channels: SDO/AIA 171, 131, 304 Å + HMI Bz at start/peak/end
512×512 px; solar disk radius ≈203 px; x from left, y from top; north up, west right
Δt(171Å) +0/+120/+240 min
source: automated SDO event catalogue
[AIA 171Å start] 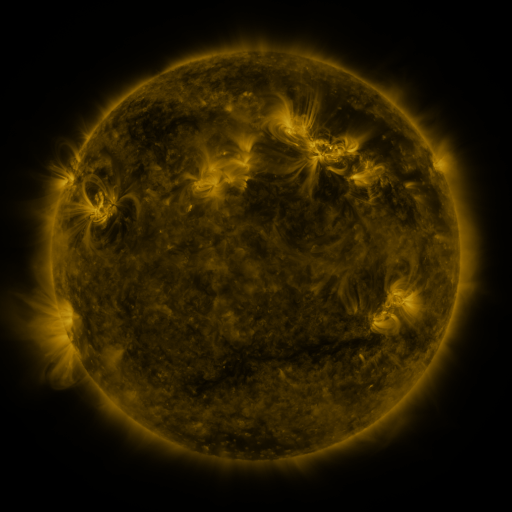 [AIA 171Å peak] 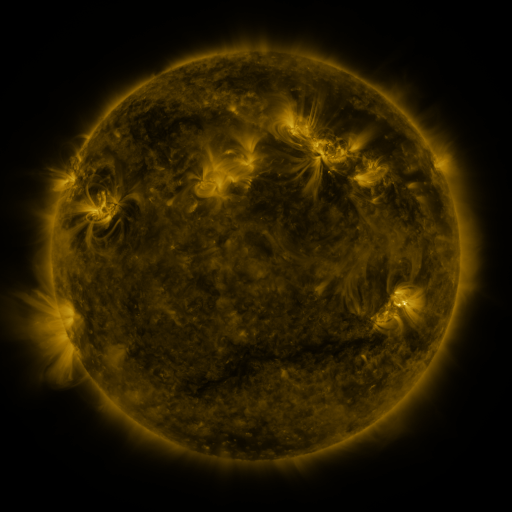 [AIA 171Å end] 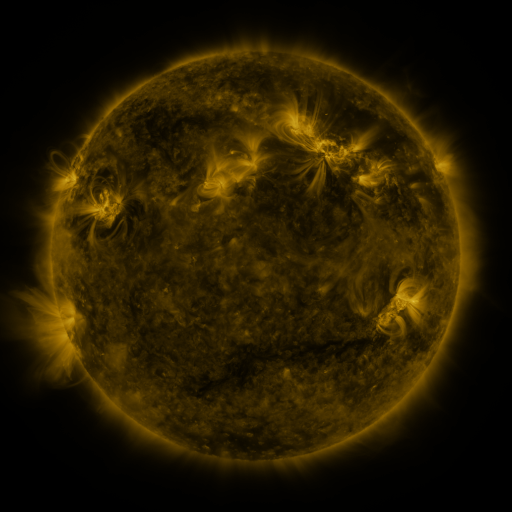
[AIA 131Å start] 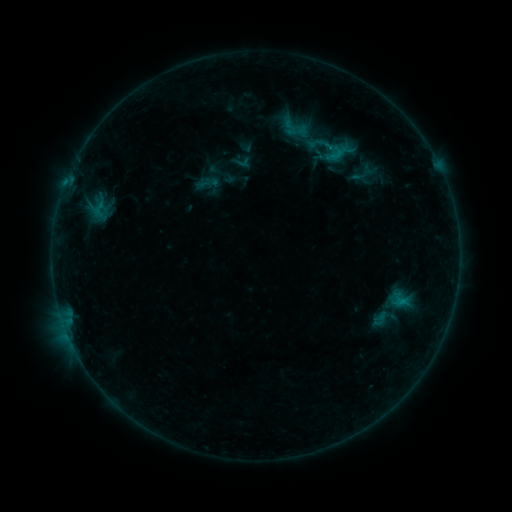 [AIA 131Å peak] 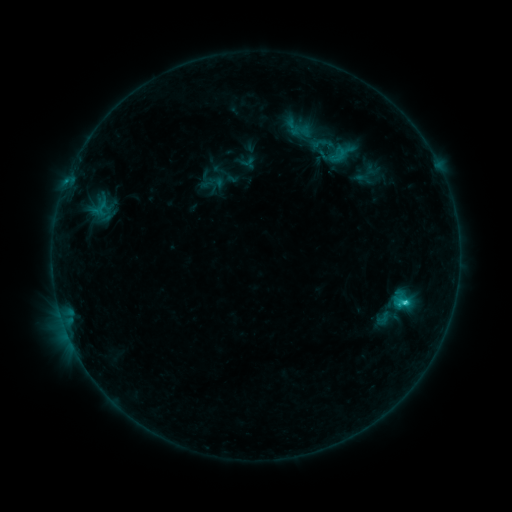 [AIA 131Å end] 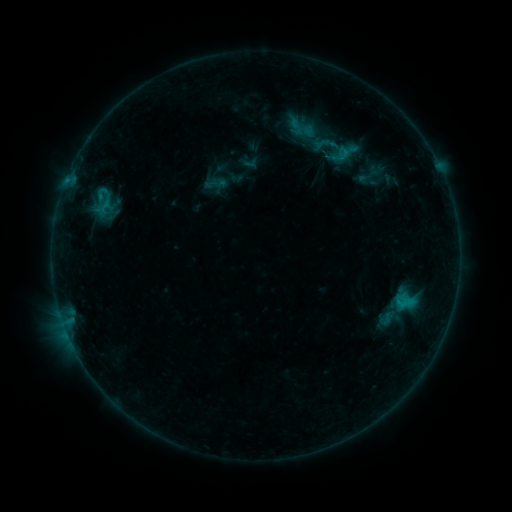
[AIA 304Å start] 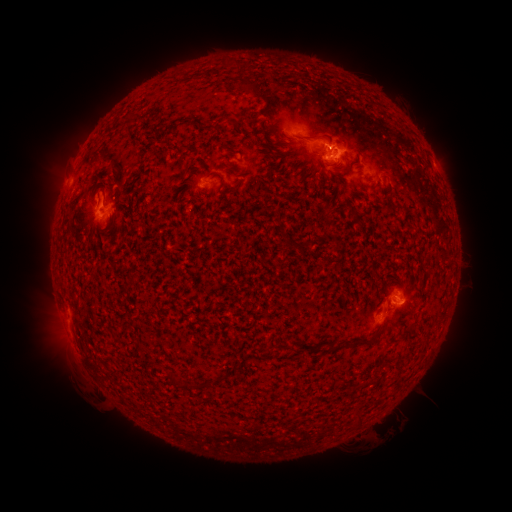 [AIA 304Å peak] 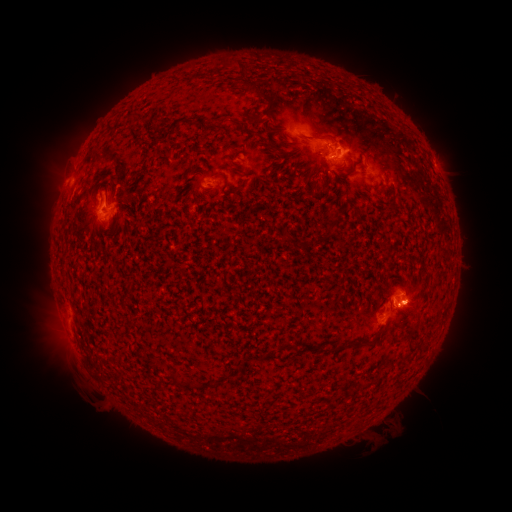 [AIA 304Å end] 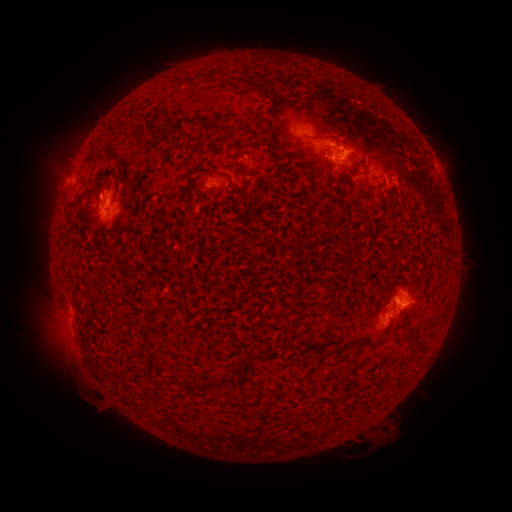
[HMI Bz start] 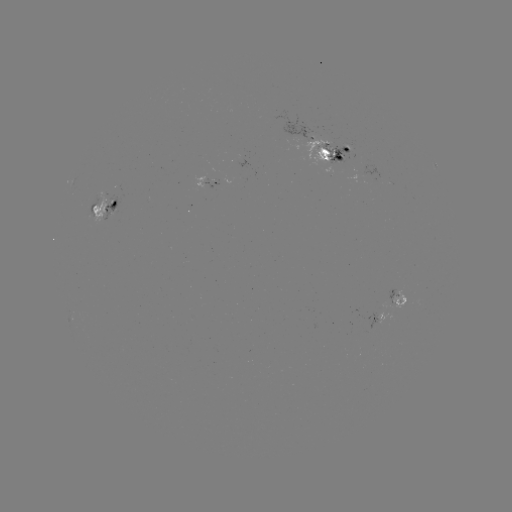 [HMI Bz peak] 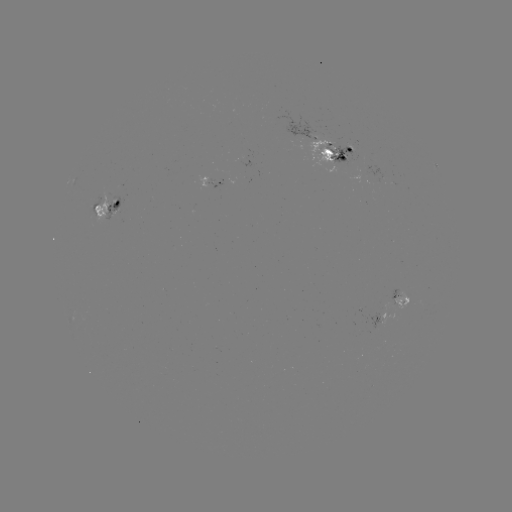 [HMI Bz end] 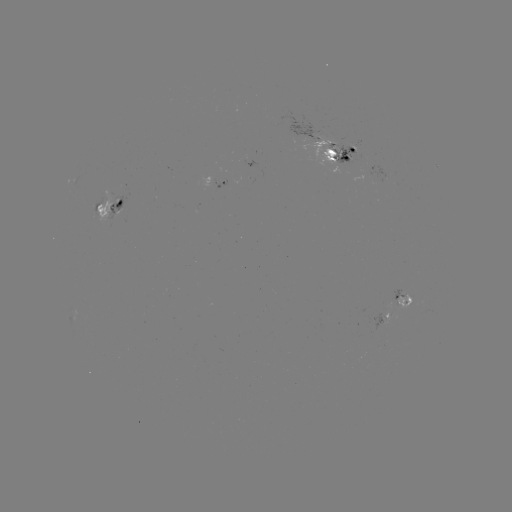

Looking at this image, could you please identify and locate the emerging-flux region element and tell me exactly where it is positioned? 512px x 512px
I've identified emerging-flux region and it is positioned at (337, 151).